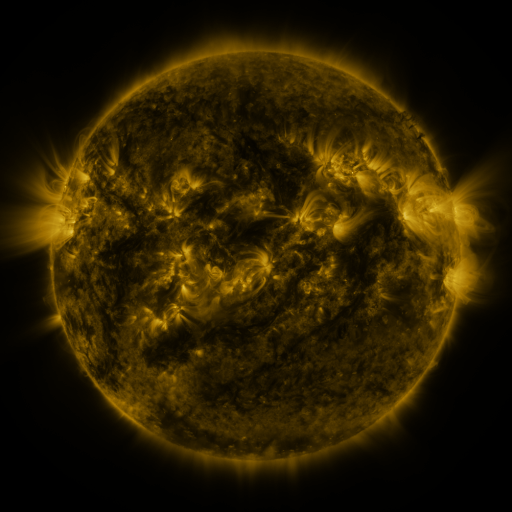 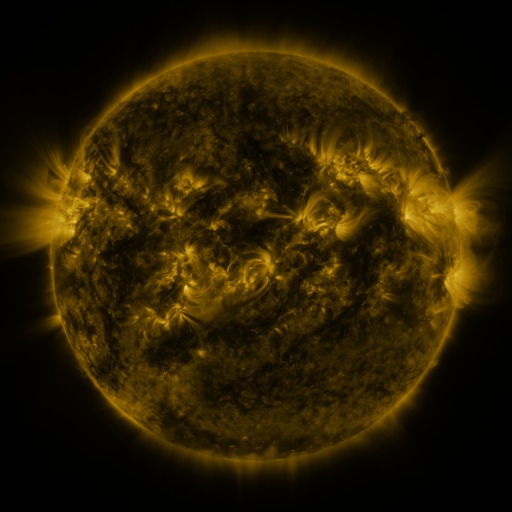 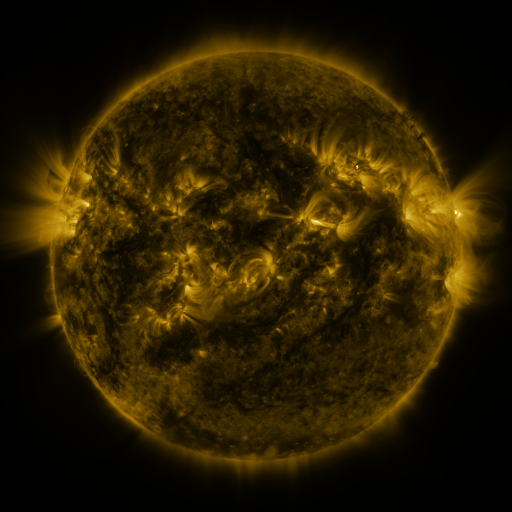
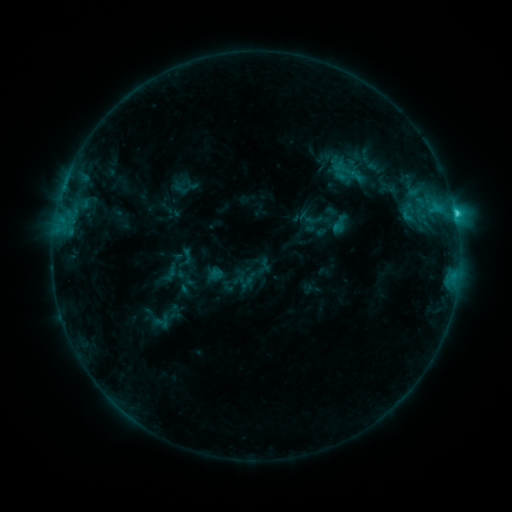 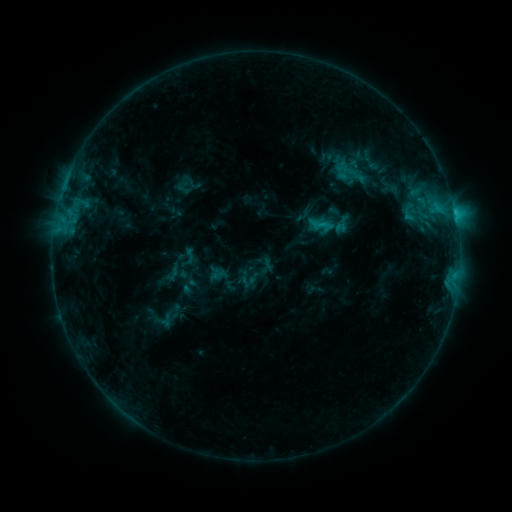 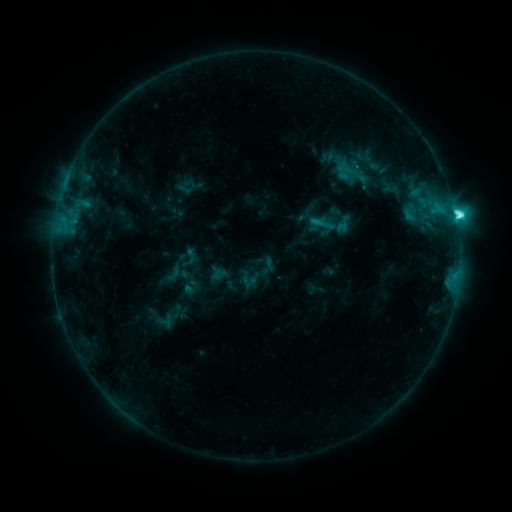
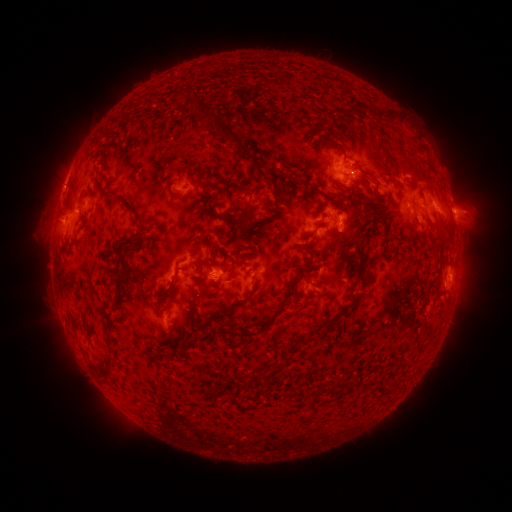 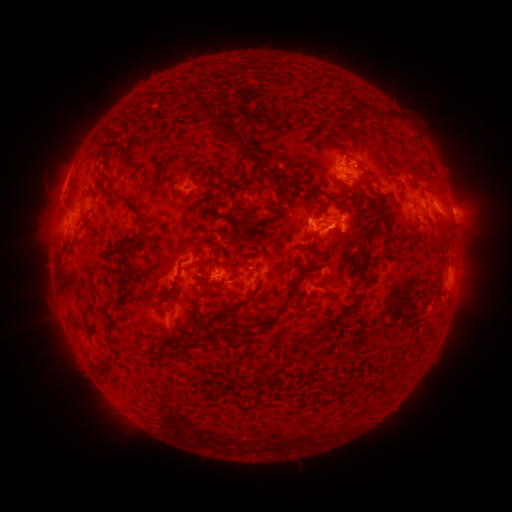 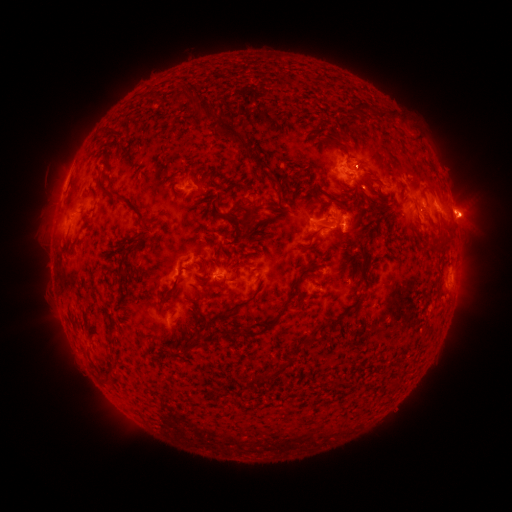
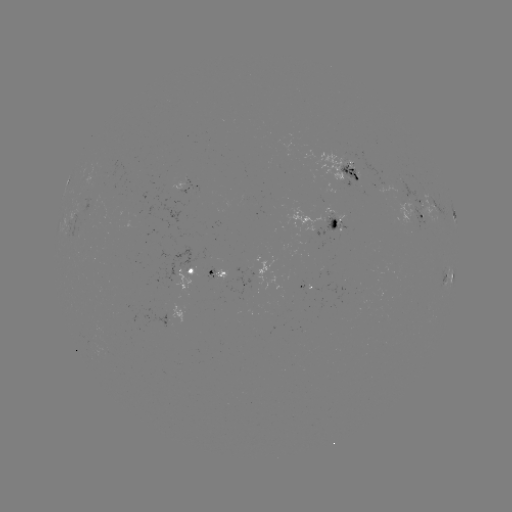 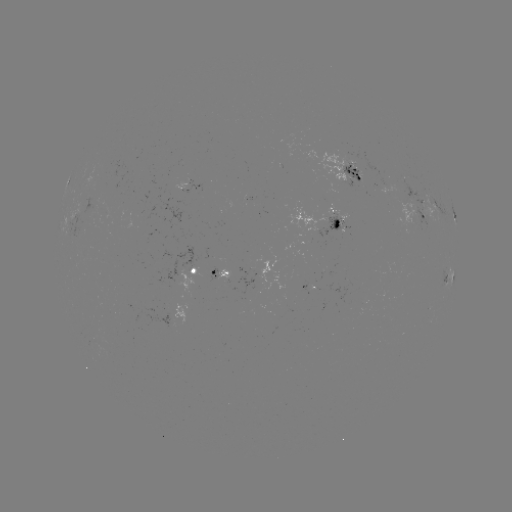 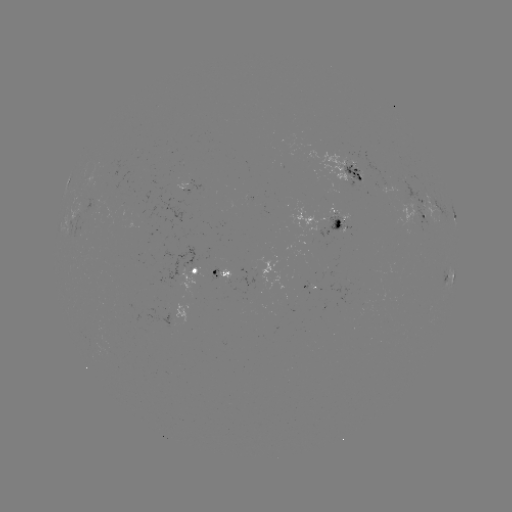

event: emerging-flux region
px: (93, 210)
